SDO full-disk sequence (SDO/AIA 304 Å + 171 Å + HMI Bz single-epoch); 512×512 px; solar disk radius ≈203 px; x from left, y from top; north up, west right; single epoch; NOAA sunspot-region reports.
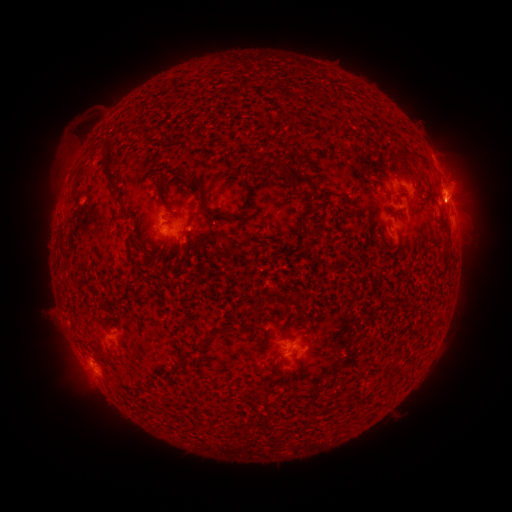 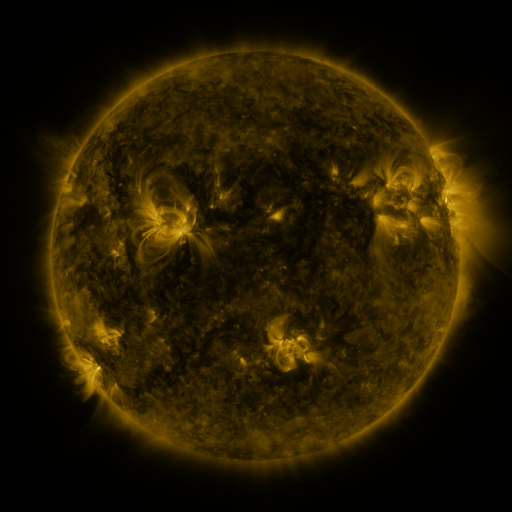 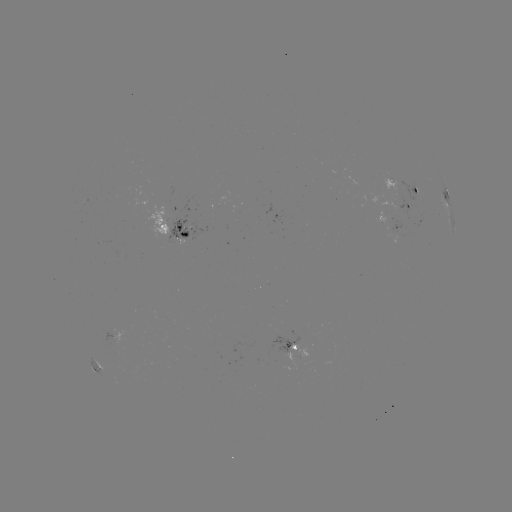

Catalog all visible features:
spotted active region: (403, 191)
spotted active region: (416, 199)
spotted active region: (410, 208)
spotted active region: (450, 219)
spotted active region: (396, 228)
spotted active region: (175, 229)
spotted active region: (289, 345)
spotted active region: (97, 366)
